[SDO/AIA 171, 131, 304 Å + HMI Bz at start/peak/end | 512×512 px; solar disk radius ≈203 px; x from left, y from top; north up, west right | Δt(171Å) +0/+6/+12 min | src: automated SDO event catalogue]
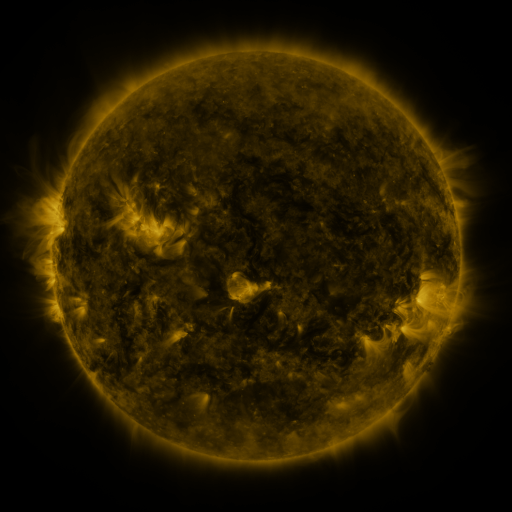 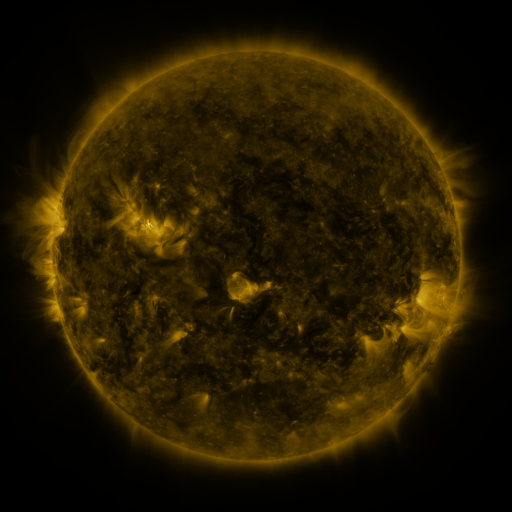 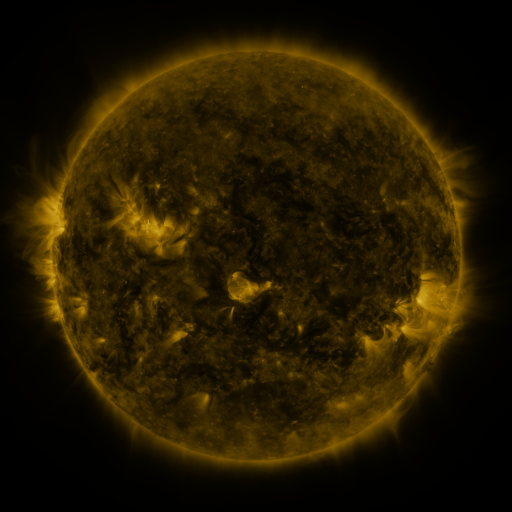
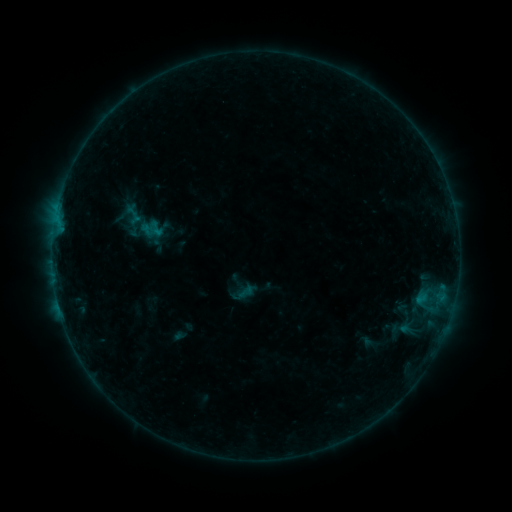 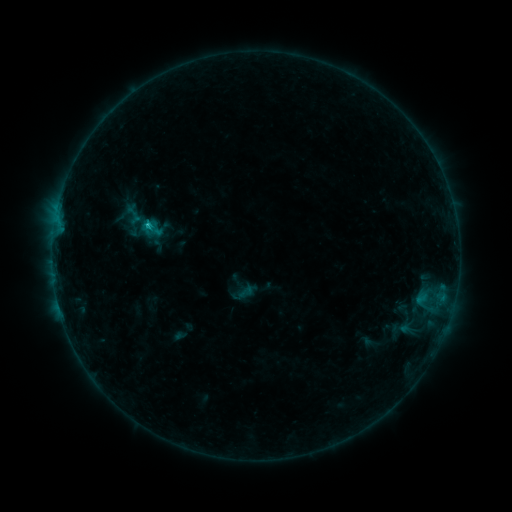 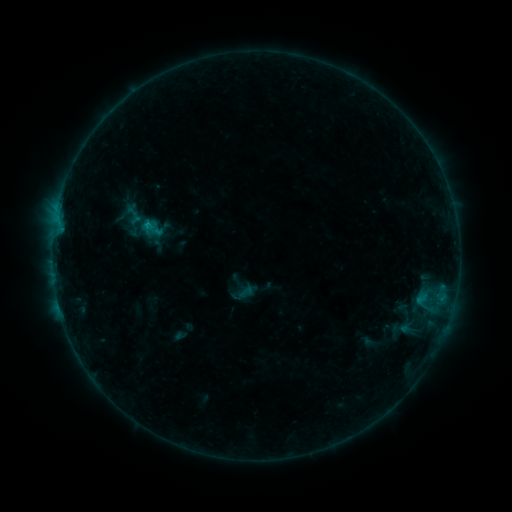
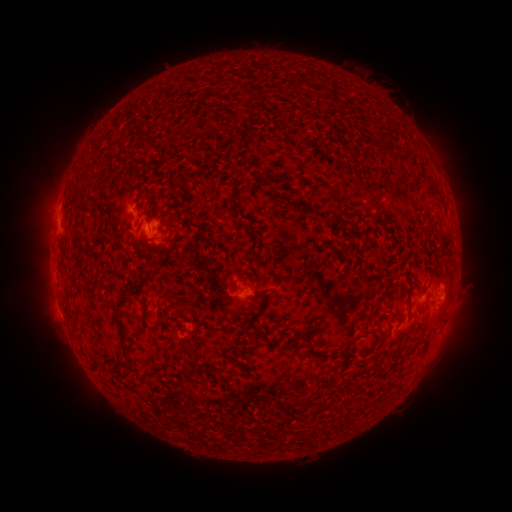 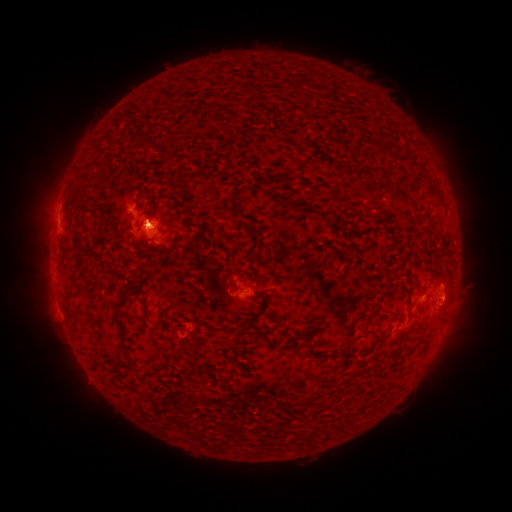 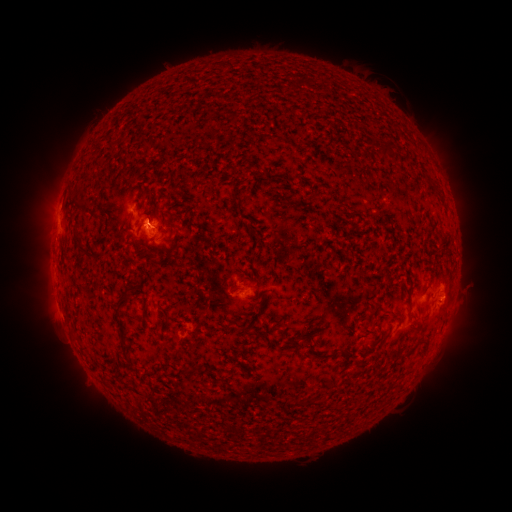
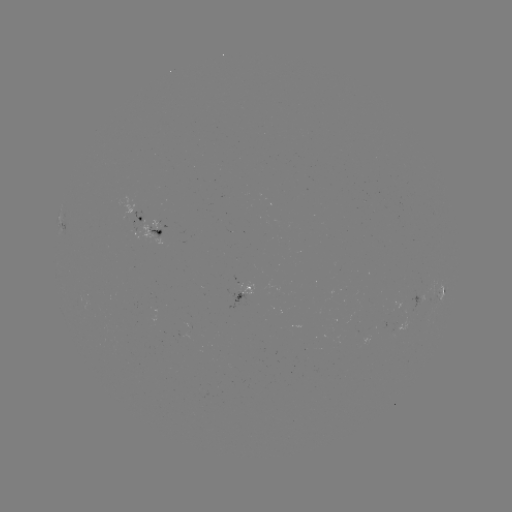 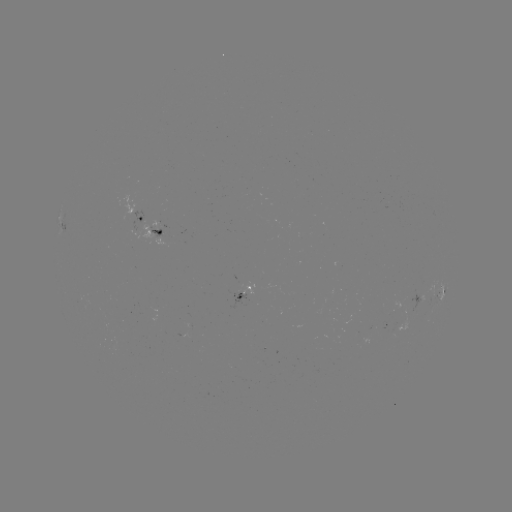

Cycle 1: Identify B5.2 flare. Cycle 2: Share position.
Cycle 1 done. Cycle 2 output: (149, 227).